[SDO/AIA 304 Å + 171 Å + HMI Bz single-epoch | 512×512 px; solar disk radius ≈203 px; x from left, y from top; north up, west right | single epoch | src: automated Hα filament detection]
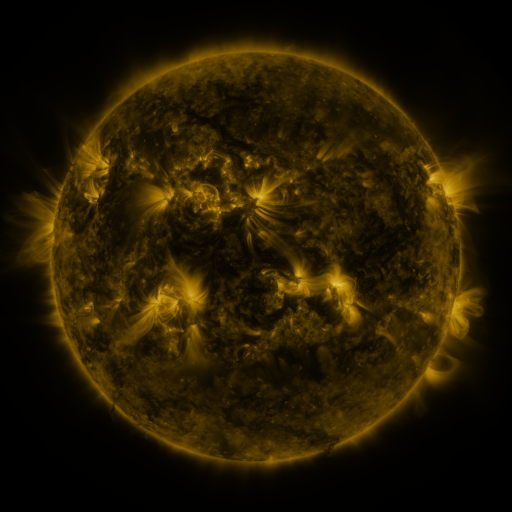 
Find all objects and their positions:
filament: (214, 87)
filament: (121, 154)
filament: (287, 164)
filament: (272, 170)
filament: (401, 199)
filament: (285, 200)
filament: (343, 229)
filament: (279, 253)
filament: (236, 263)
filament: (98, 278)
filament: (147, 286)
filament: (328, 299)
filament: (95, 344)
filament: (167, 359)
filament: (224, 360)
filament: (119, 366)
filament: (259, 399)
